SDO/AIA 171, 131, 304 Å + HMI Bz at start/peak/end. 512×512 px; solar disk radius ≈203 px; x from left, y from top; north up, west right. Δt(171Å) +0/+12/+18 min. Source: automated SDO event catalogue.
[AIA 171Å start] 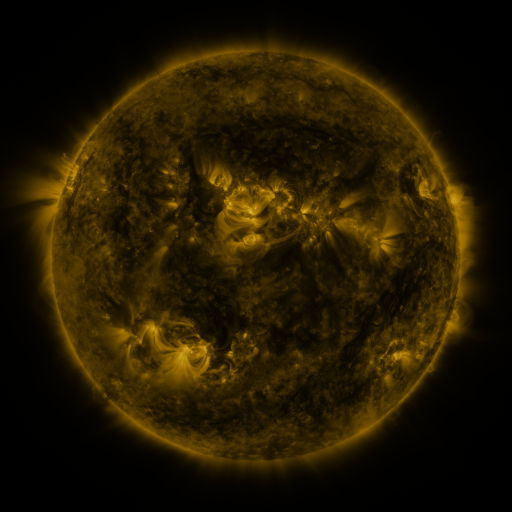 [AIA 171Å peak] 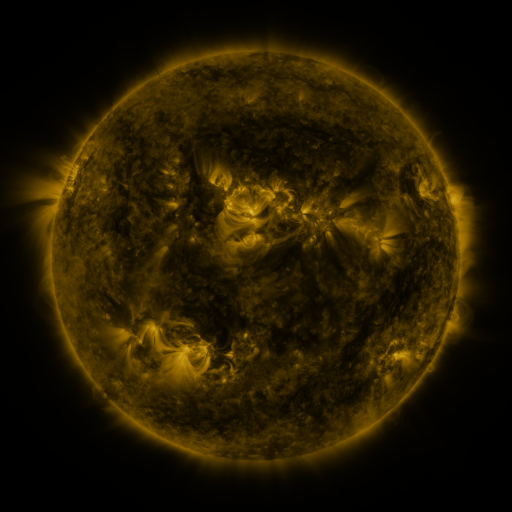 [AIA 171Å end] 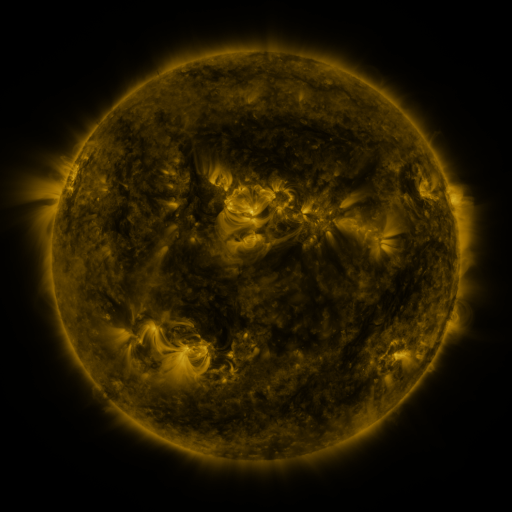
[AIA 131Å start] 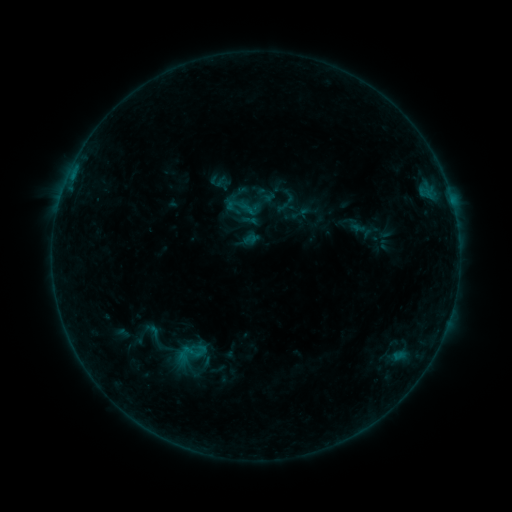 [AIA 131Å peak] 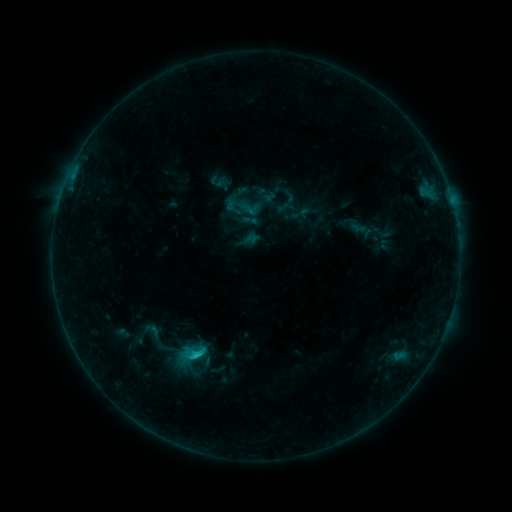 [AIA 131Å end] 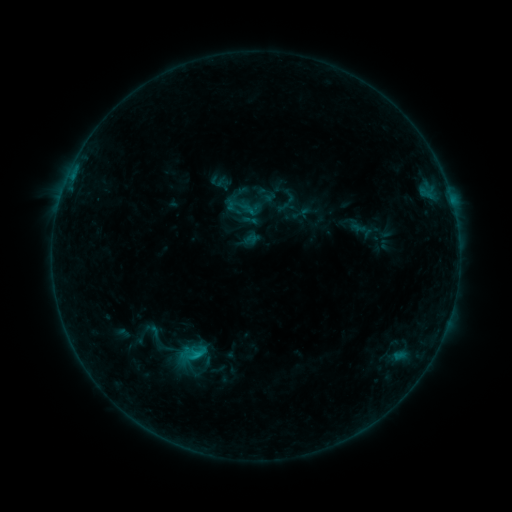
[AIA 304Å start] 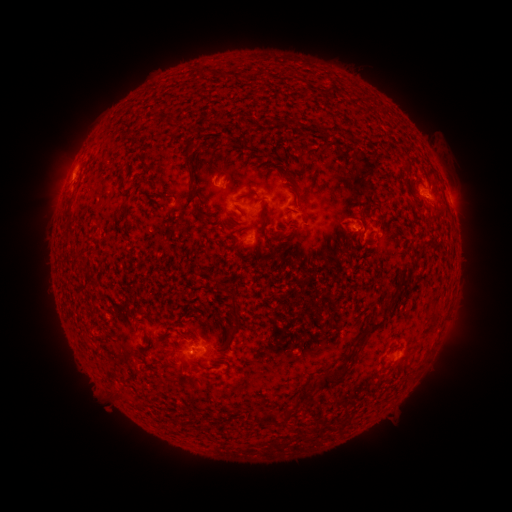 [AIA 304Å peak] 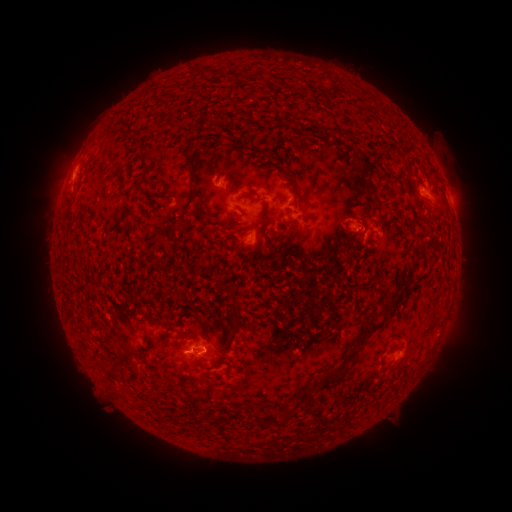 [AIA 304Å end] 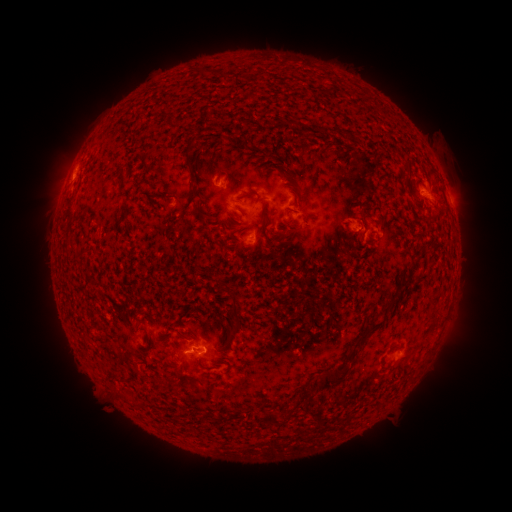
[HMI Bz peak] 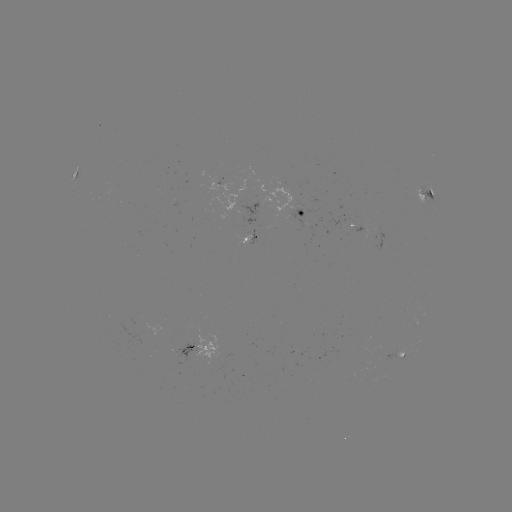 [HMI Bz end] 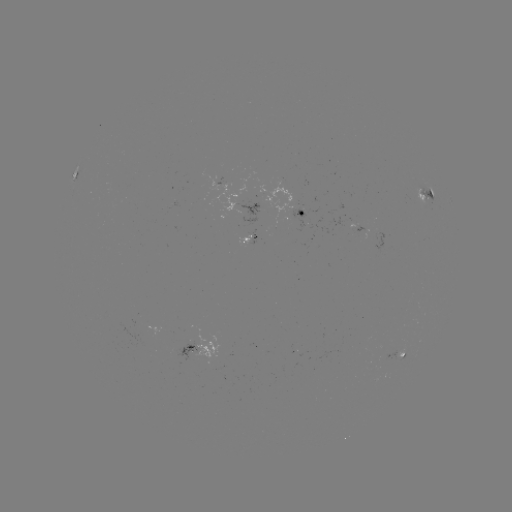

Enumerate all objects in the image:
C1.0 flare: (198, 352)
